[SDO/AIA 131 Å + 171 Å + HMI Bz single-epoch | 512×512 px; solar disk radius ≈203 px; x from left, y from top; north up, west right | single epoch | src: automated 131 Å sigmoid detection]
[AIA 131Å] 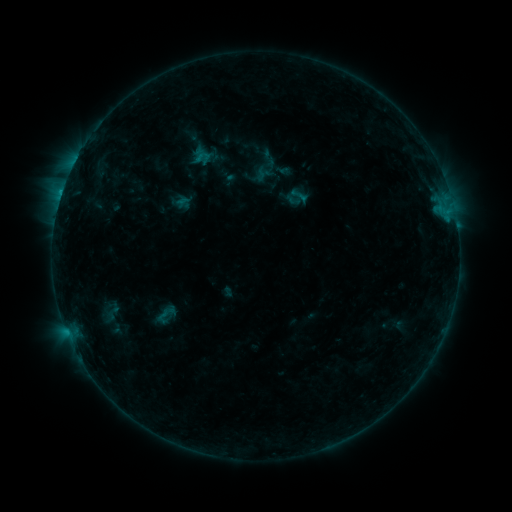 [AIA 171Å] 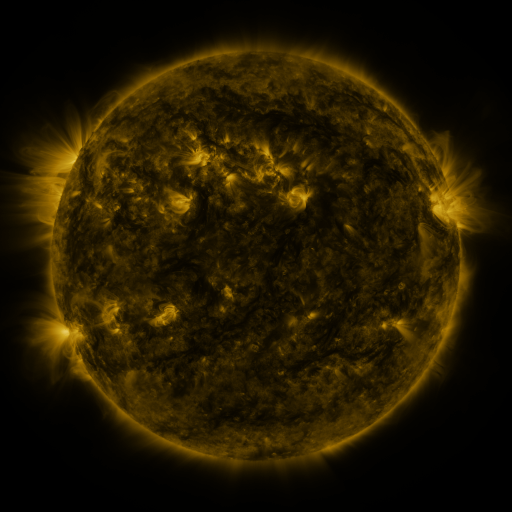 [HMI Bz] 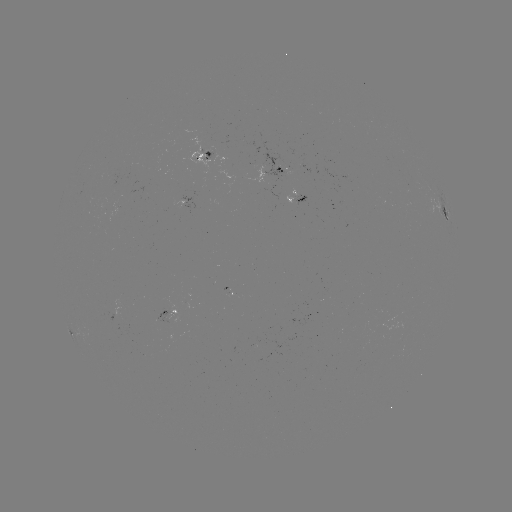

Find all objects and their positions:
sigmoid: (98, 302, 126, 321)
